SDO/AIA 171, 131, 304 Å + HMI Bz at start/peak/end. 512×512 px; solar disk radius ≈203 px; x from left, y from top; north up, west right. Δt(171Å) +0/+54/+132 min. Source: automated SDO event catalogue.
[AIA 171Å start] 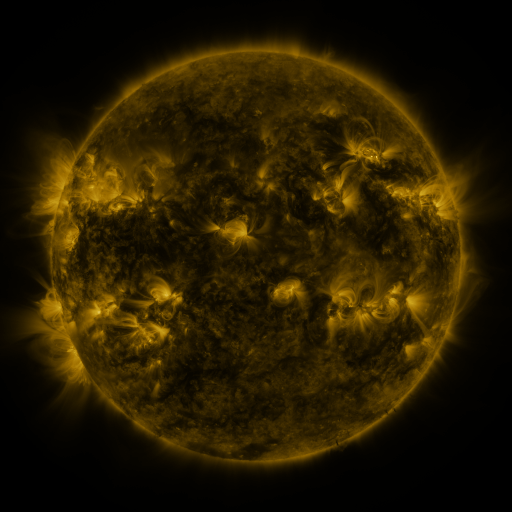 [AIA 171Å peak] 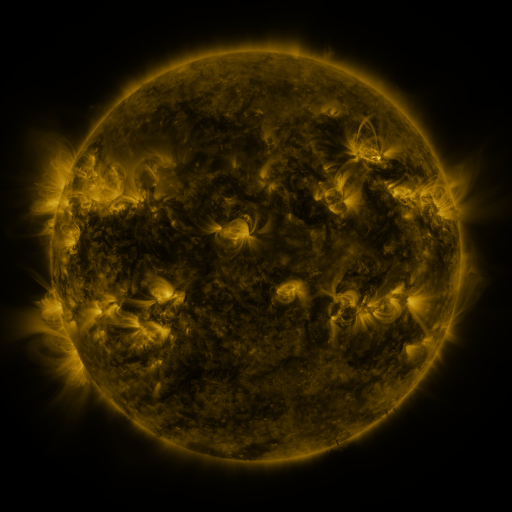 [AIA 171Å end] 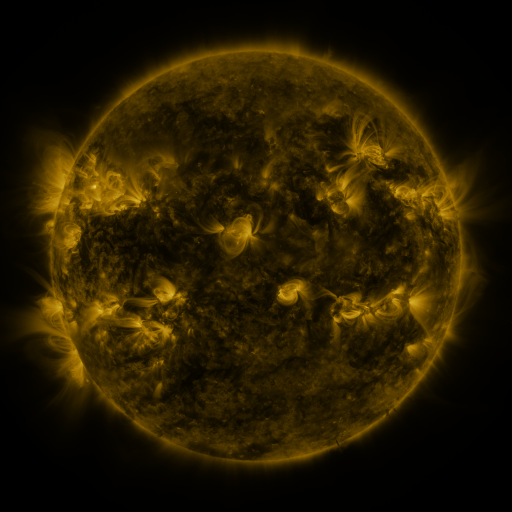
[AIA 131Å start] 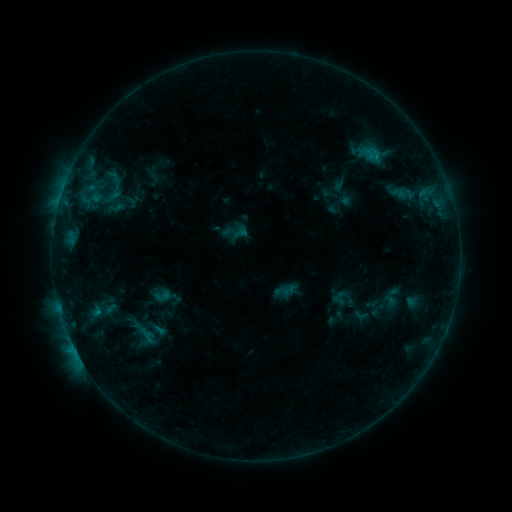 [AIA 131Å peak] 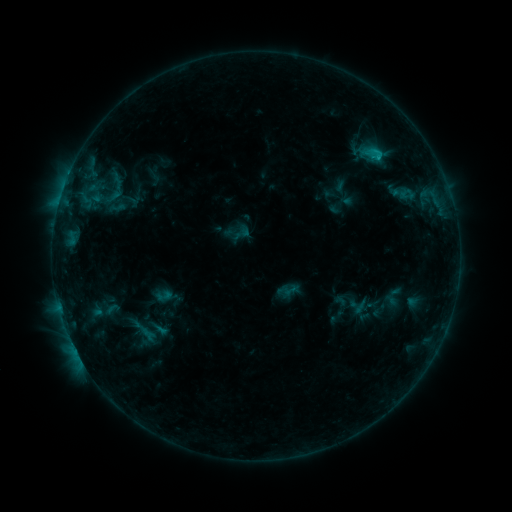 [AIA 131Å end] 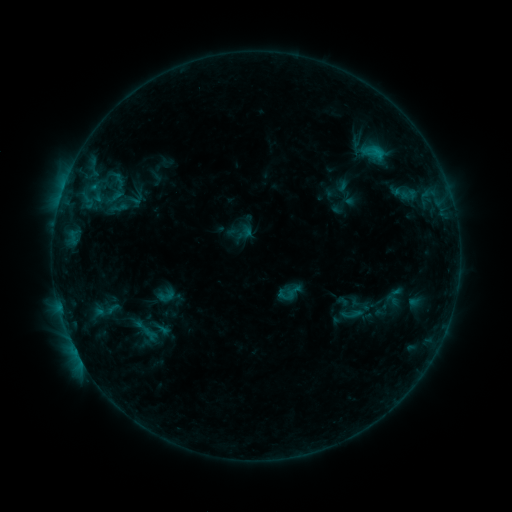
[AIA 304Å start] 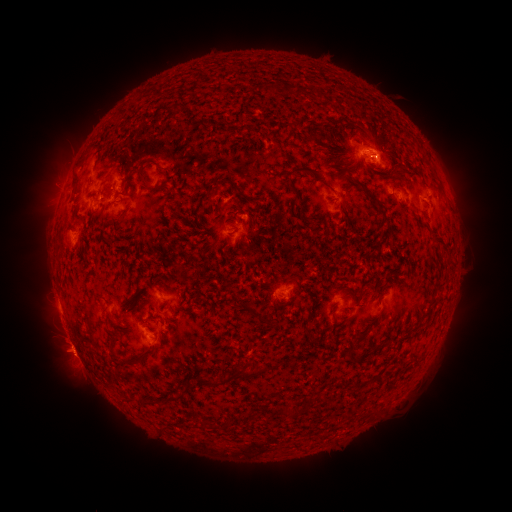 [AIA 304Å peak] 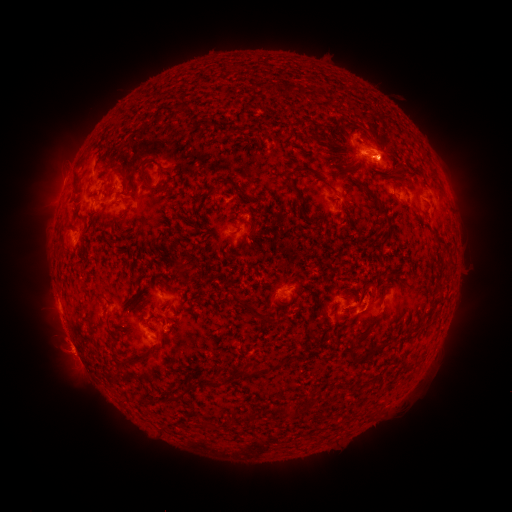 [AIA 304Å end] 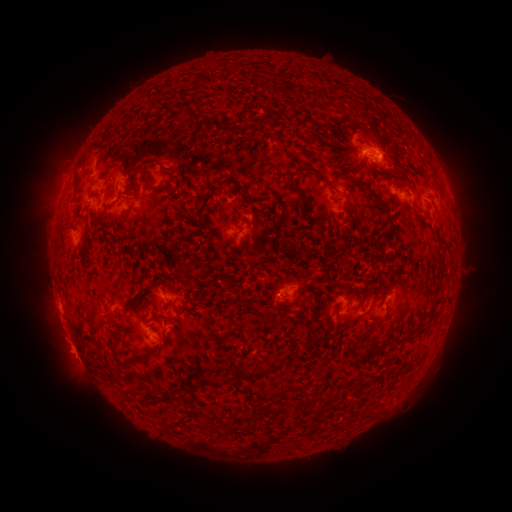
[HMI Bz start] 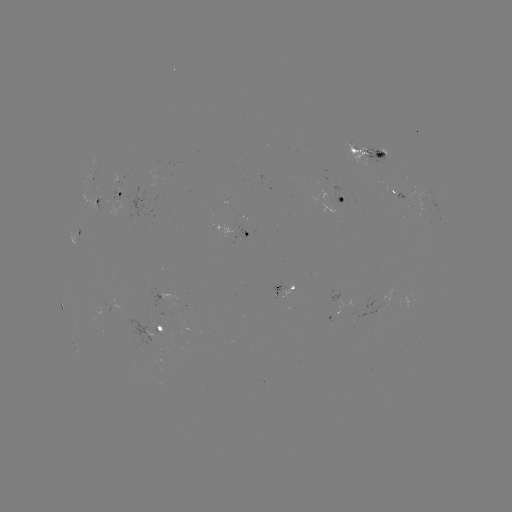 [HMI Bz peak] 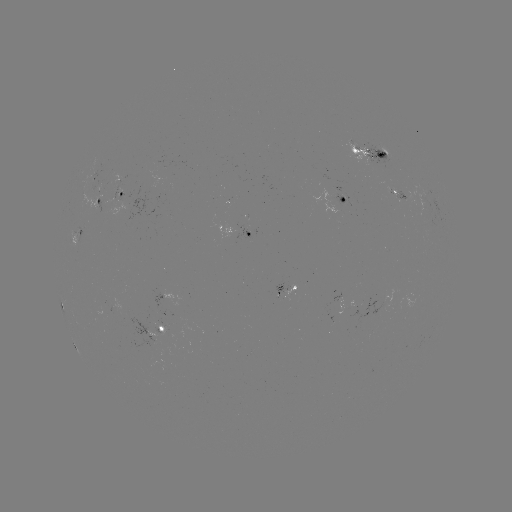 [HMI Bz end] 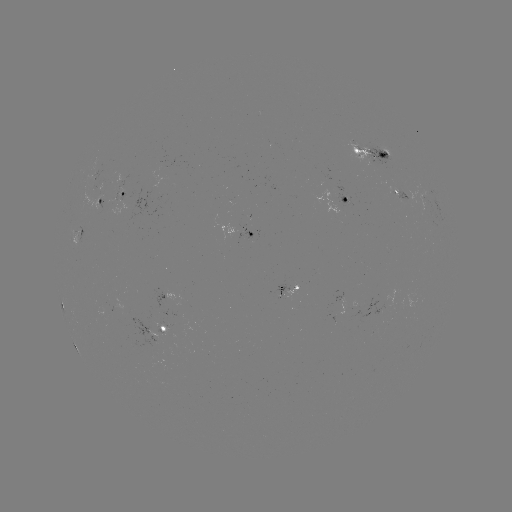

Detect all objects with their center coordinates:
C1.3 flare: (379, 155)
